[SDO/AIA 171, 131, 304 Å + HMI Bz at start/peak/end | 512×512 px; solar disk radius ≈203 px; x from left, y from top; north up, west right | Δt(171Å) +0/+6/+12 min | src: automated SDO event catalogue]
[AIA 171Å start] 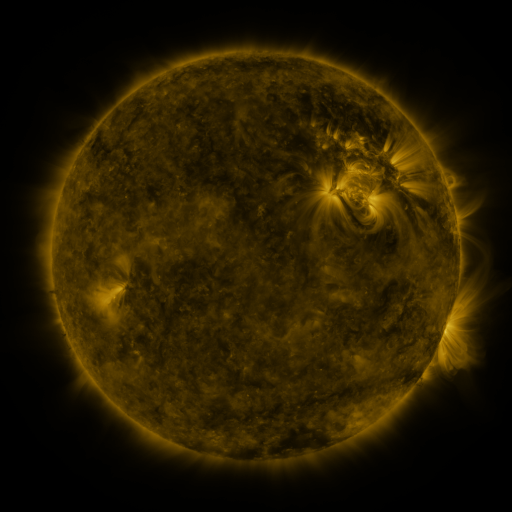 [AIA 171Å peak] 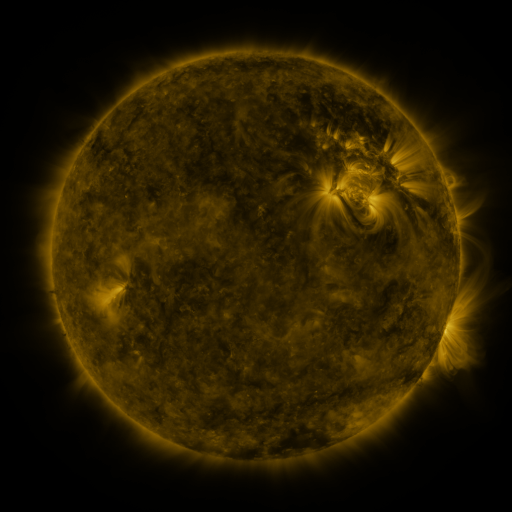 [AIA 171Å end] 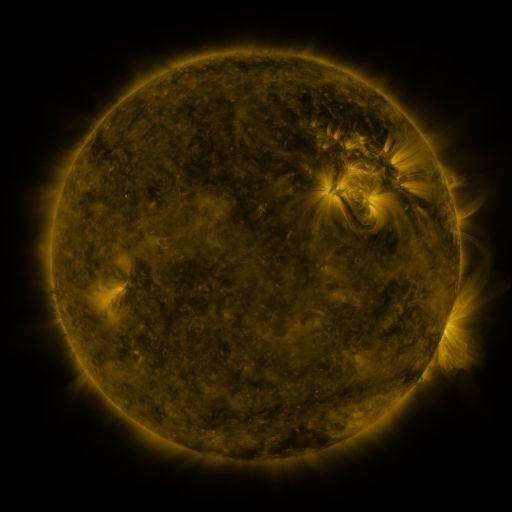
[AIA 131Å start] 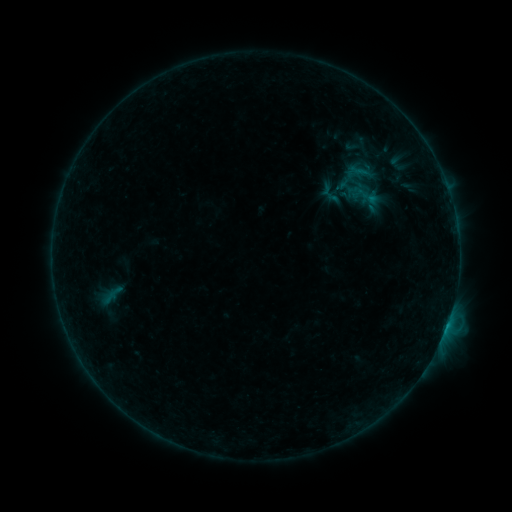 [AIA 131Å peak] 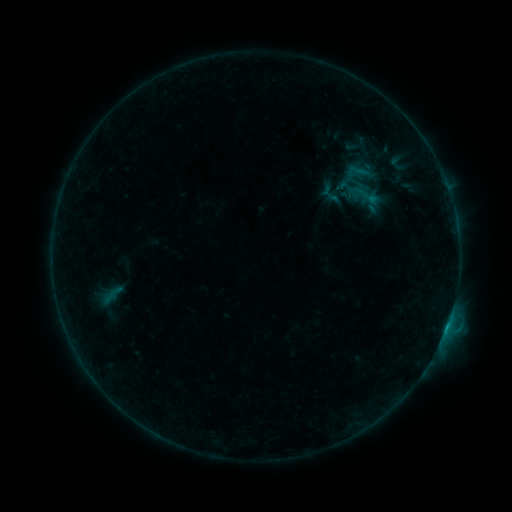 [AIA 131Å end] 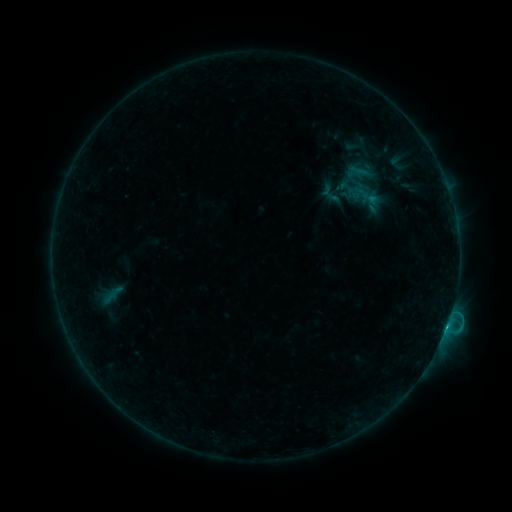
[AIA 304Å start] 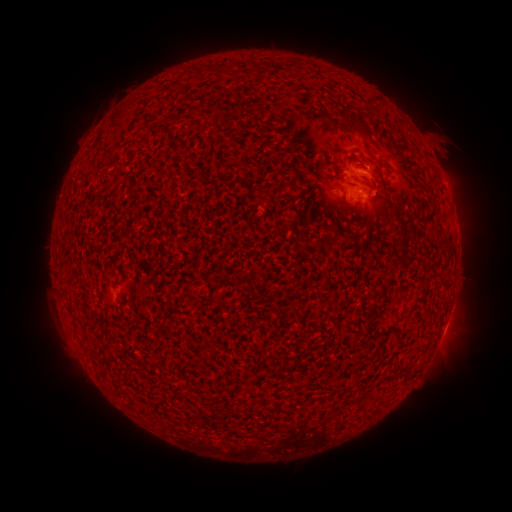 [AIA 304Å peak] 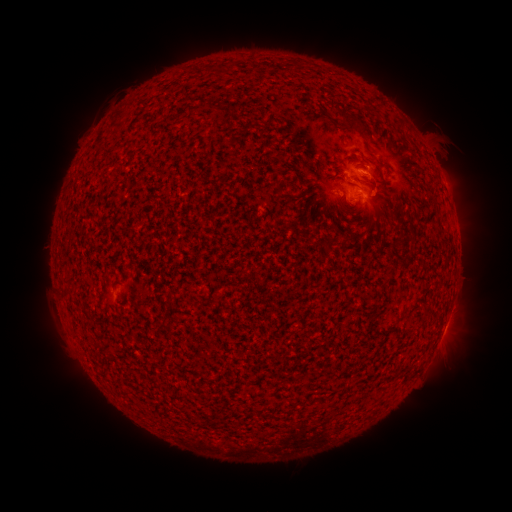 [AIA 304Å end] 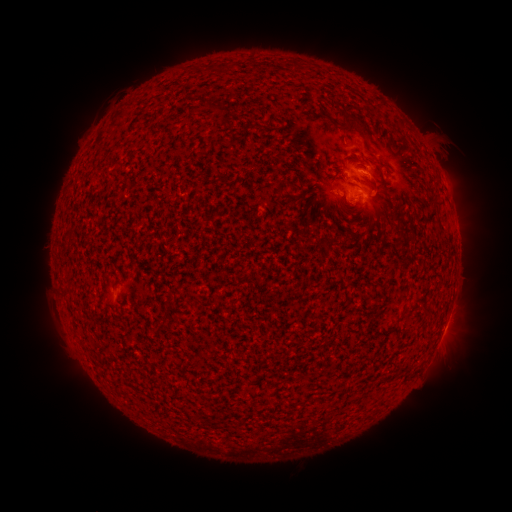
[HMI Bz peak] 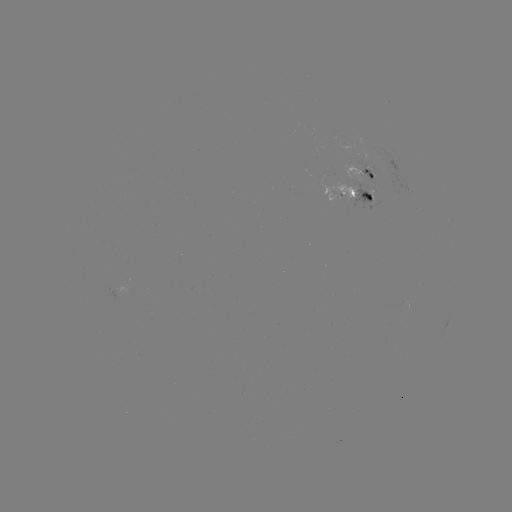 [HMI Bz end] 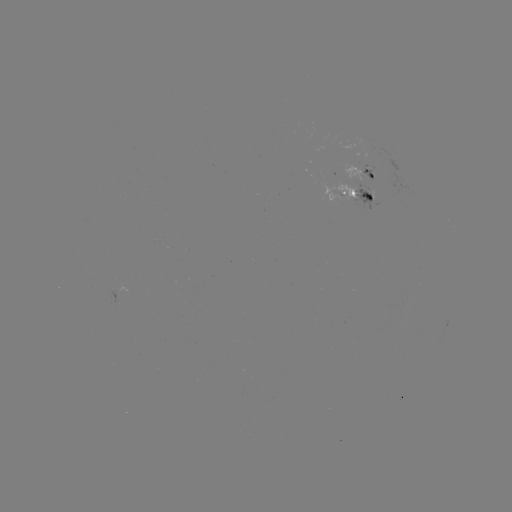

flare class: C1.8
